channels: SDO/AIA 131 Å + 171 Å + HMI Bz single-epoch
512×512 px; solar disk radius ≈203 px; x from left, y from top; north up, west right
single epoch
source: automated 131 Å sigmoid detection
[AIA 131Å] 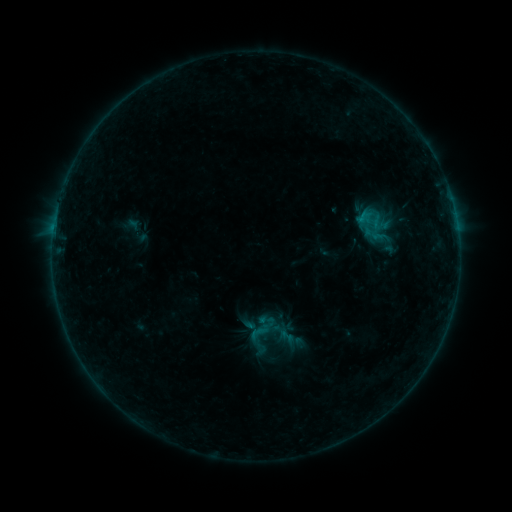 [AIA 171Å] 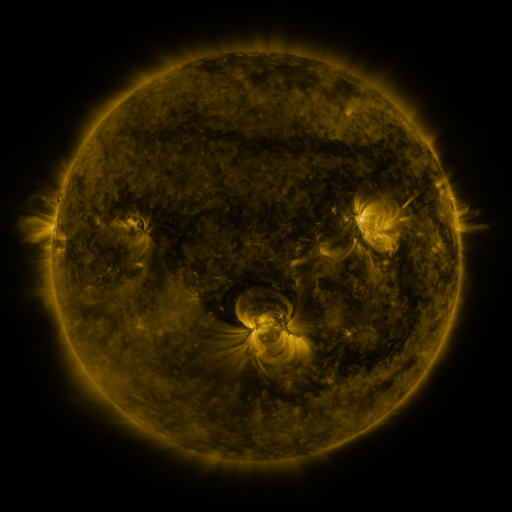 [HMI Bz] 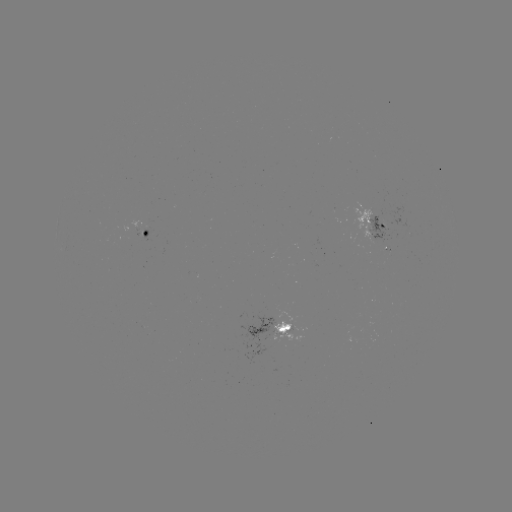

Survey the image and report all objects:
sigmoid: (266, 320)
sigmoid: (287, 336)
